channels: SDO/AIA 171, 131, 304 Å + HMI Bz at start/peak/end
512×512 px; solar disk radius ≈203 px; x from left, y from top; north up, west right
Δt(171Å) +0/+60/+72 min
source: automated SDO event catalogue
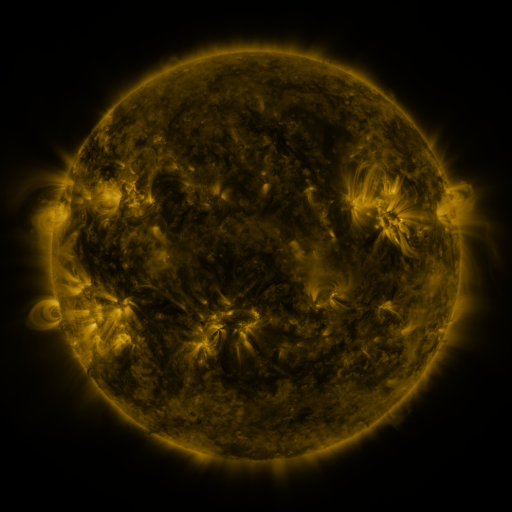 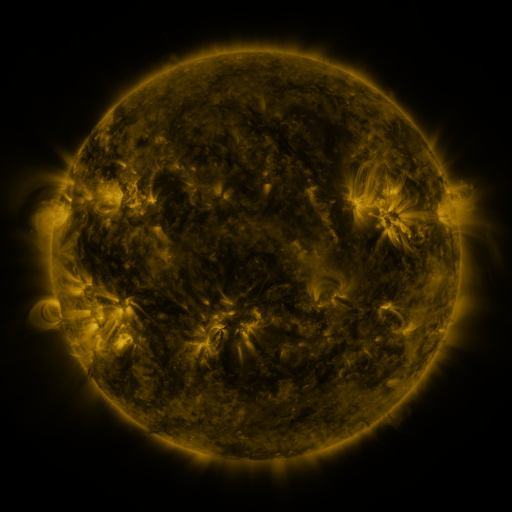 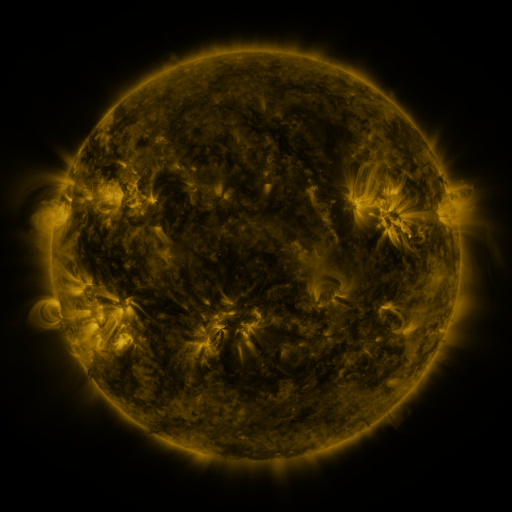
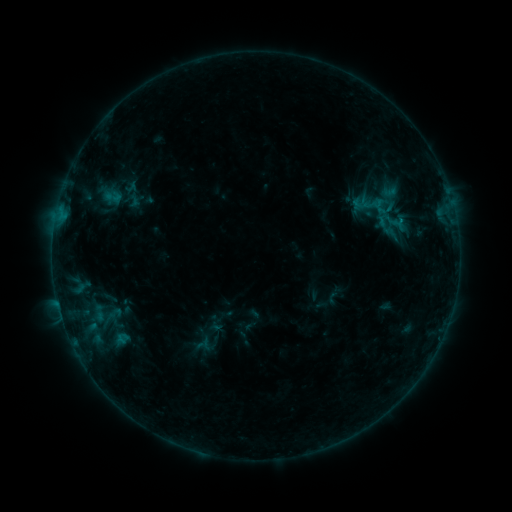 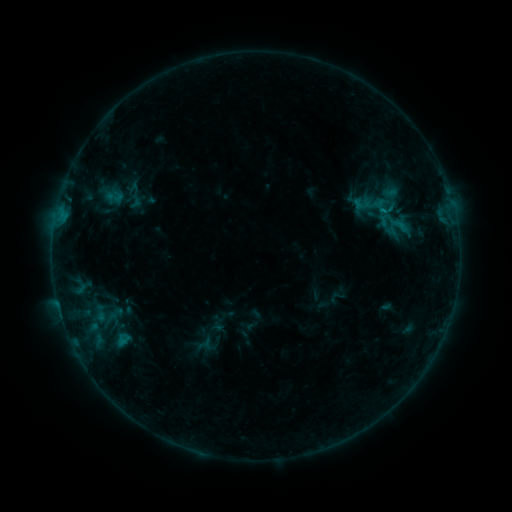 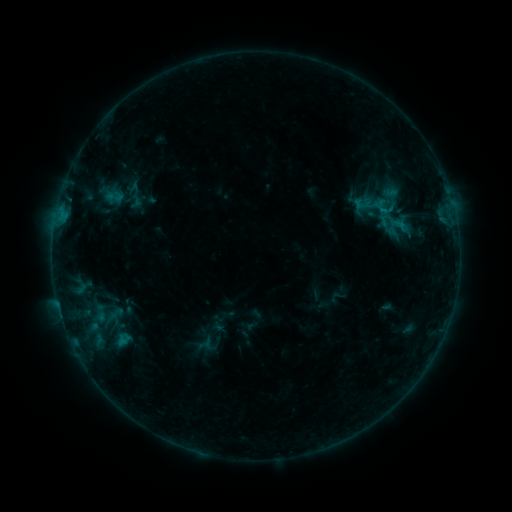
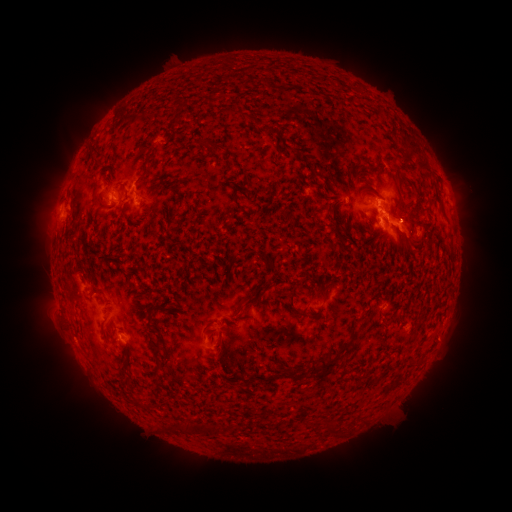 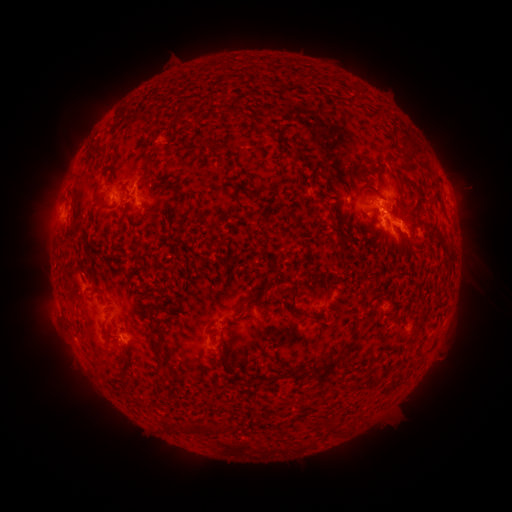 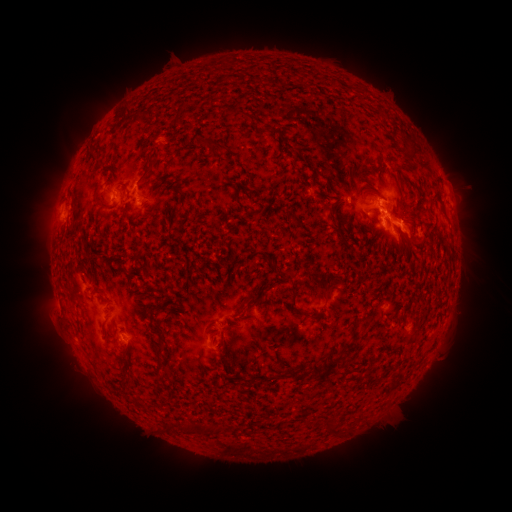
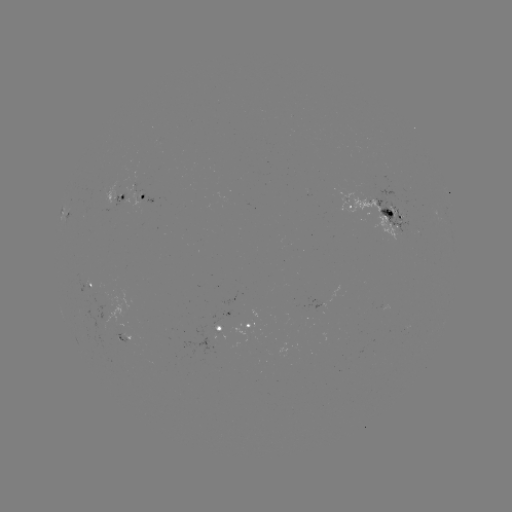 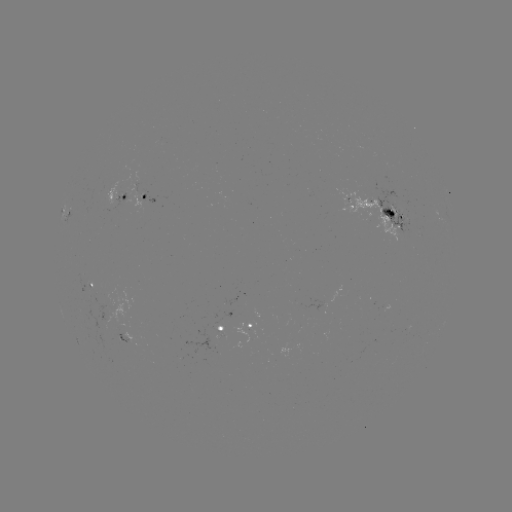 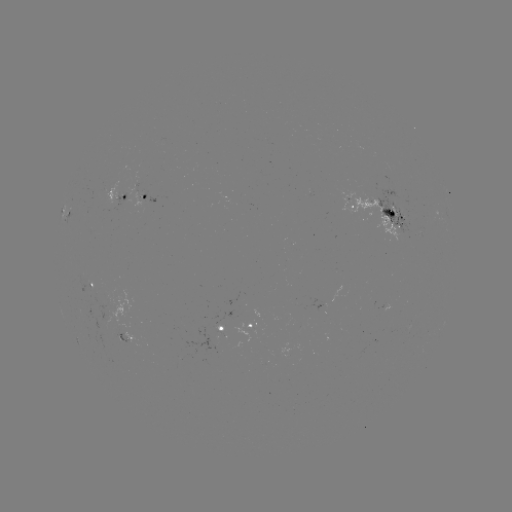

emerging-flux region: <bbox>126, 183, 144, 213</bbox>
